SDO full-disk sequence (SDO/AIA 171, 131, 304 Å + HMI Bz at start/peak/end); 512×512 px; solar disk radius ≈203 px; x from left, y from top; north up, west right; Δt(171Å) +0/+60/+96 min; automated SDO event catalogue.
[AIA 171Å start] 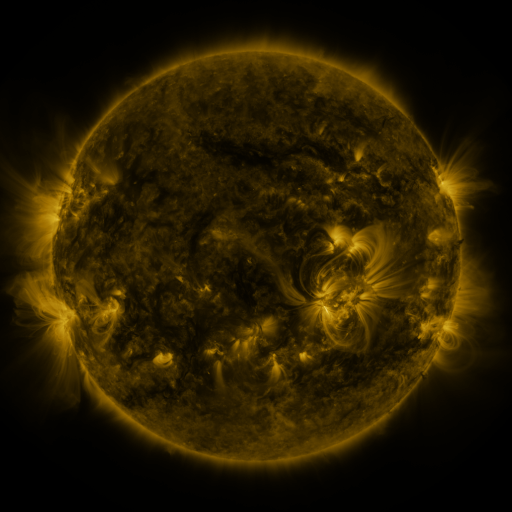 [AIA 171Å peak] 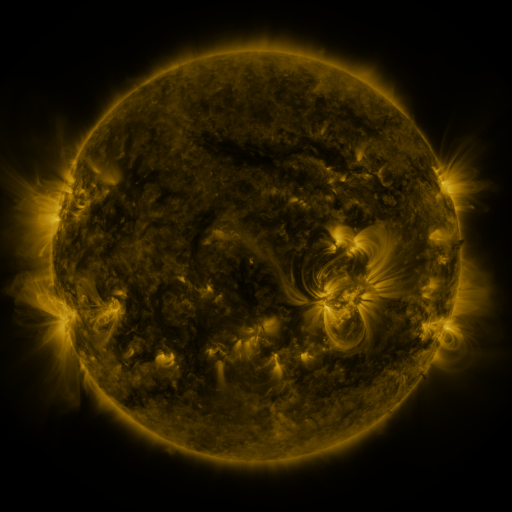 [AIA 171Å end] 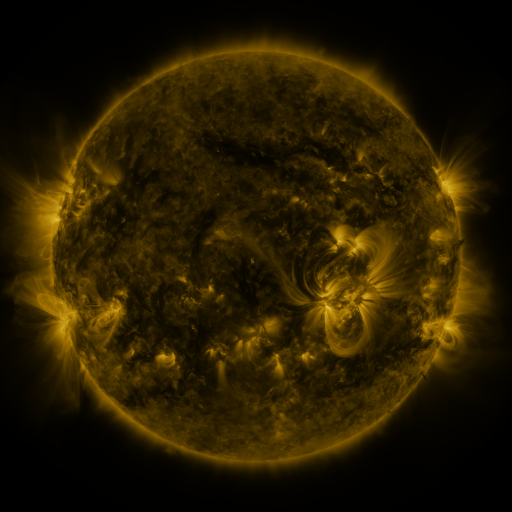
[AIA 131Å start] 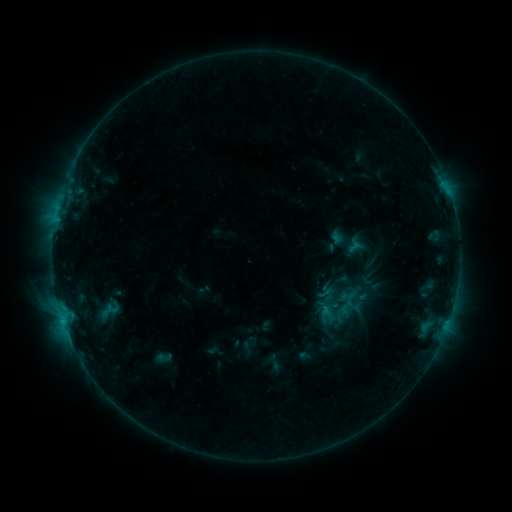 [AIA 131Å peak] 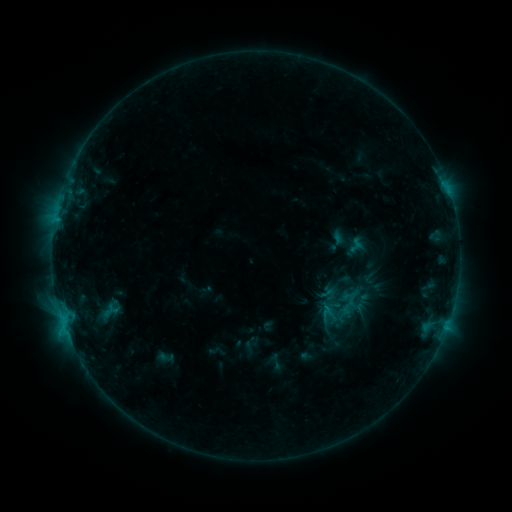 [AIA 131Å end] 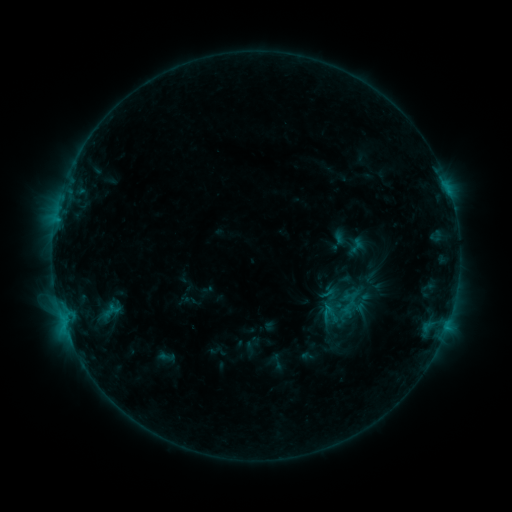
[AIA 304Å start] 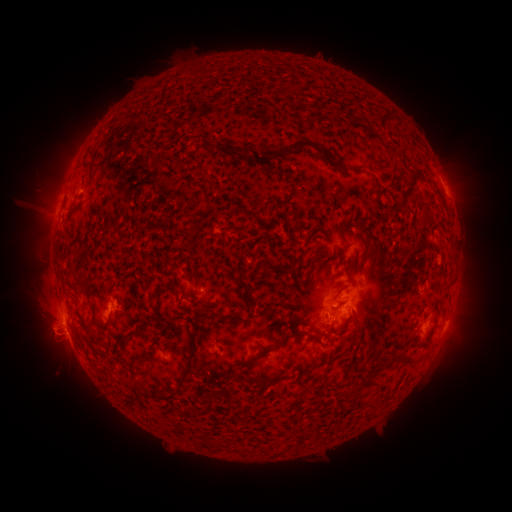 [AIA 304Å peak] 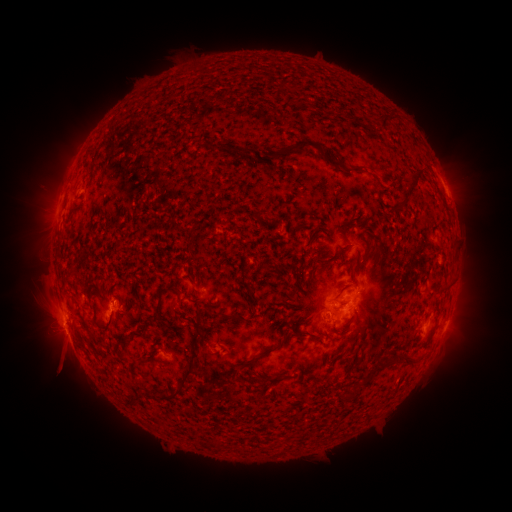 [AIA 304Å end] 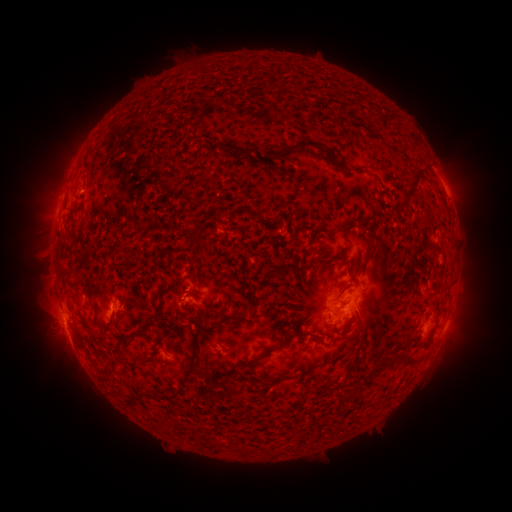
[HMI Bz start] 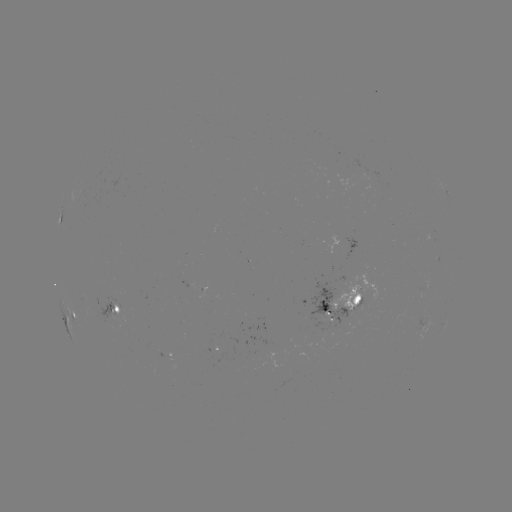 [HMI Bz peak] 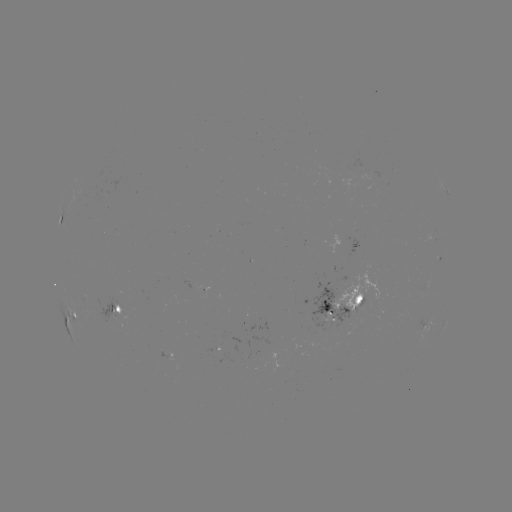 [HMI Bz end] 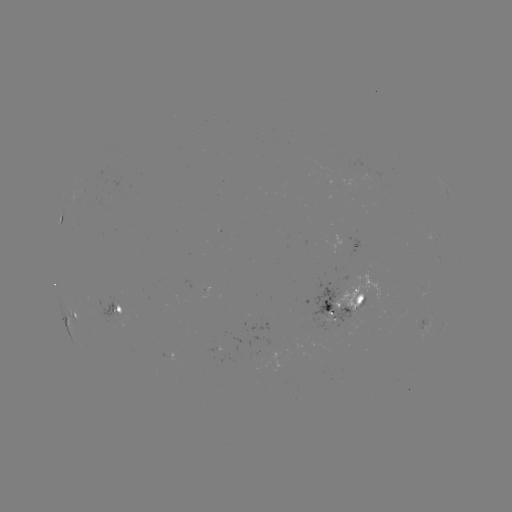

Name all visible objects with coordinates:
emerging-flux region: (194, 284)
